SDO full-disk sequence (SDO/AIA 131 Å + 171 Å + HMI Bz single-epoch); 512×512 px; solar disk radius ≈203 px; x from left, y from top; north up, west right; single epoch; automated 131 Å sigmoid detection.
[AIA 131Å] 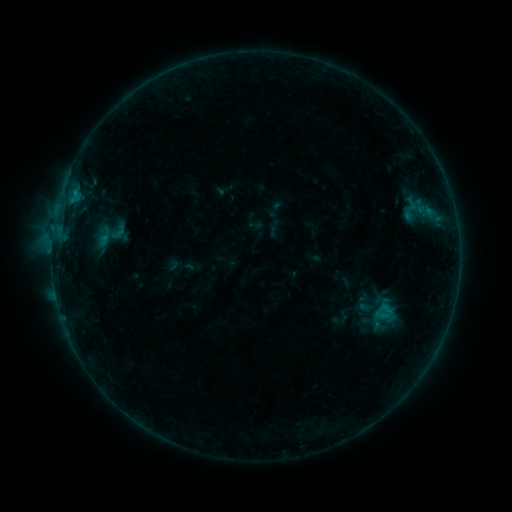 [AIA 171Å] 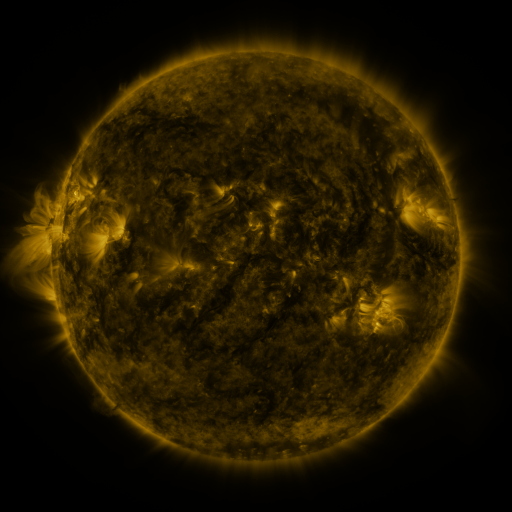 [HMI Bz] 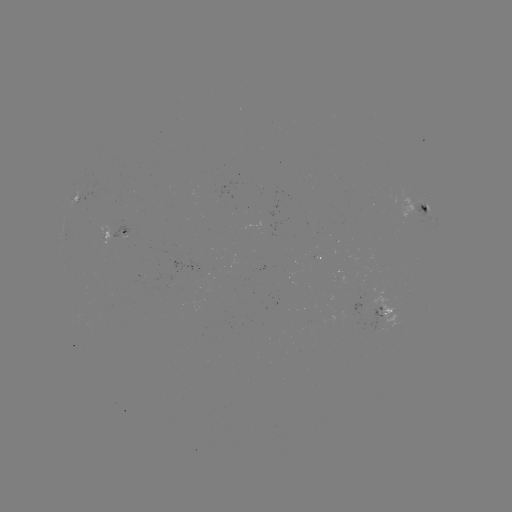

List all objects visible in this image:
sigmoid: <bbox>88, 214, 131, 257</bbox>
